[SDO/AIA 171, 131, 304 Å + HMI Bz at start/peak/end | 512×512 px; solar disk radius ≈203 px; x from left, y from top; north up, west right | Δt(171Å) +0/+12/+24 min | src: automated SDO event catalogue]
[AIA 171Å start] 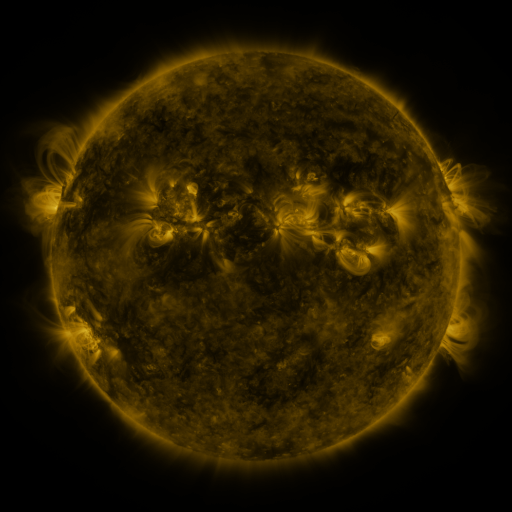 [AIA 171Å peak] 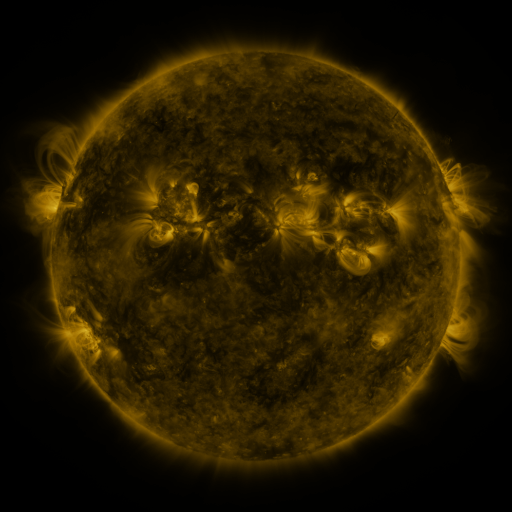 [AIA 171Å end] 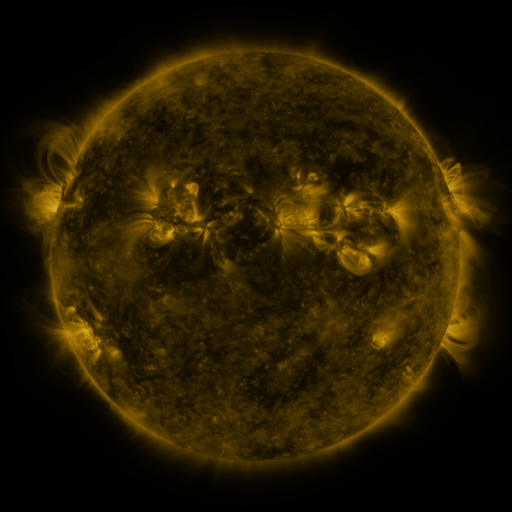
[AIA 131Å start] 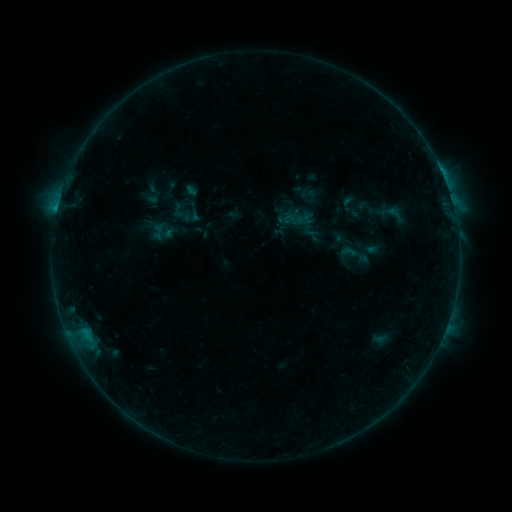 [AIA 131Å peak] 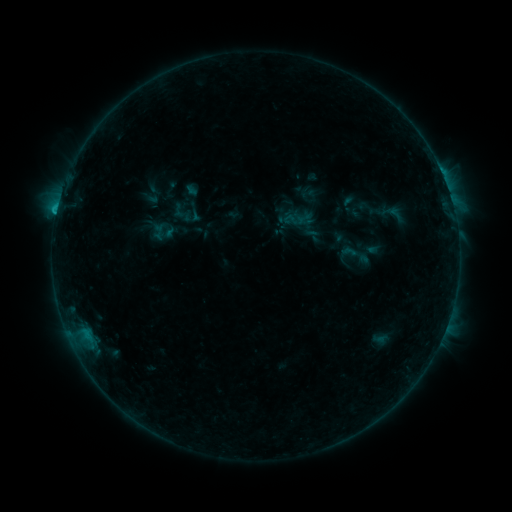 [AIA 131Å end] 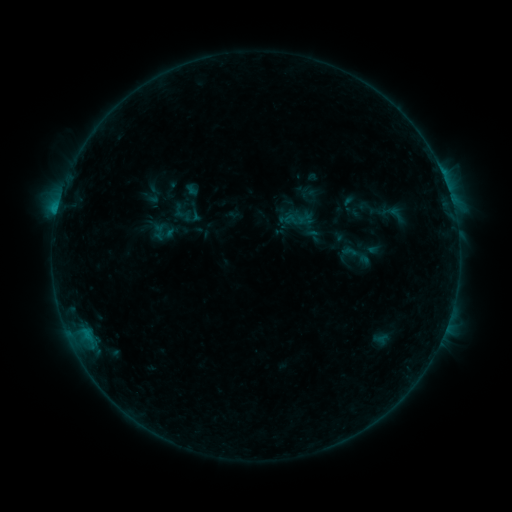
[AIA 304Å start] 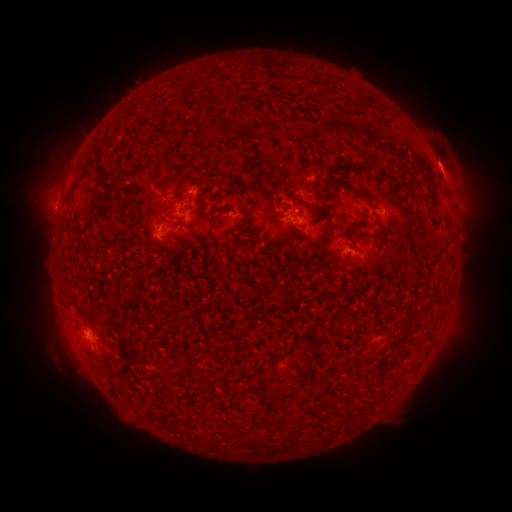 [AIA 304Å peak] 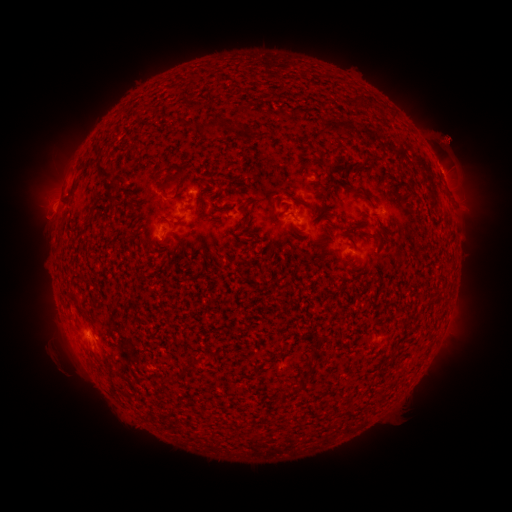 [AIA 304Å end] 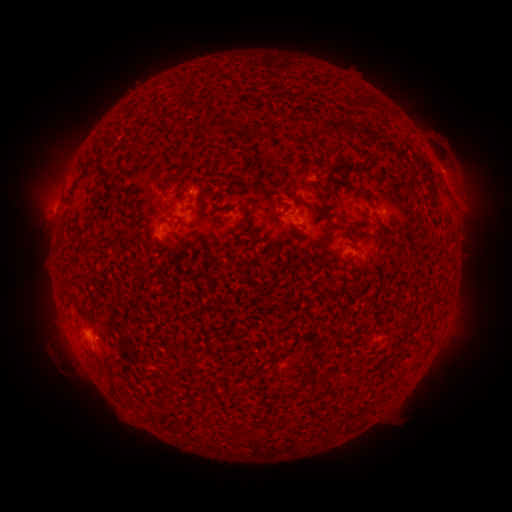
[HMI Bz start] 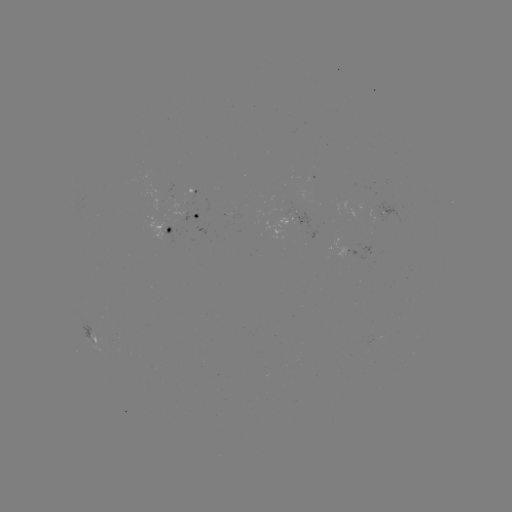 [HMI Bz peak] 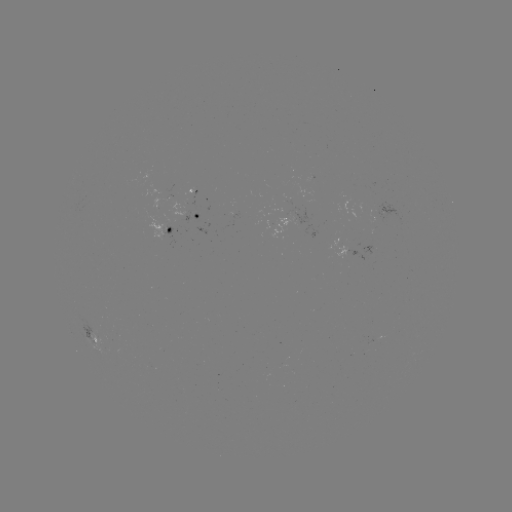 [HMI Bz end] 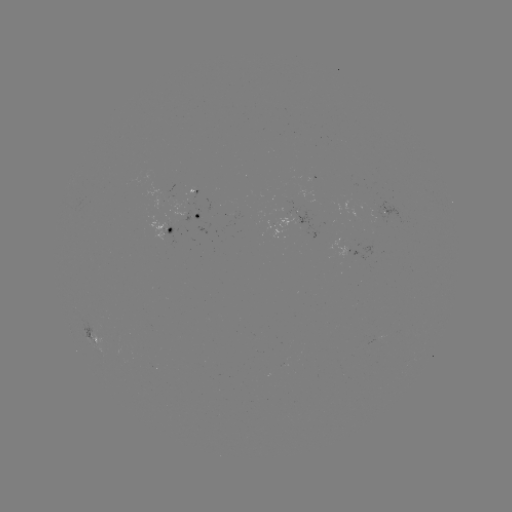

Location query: B8.0 flare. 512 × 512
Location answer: (441, 175).